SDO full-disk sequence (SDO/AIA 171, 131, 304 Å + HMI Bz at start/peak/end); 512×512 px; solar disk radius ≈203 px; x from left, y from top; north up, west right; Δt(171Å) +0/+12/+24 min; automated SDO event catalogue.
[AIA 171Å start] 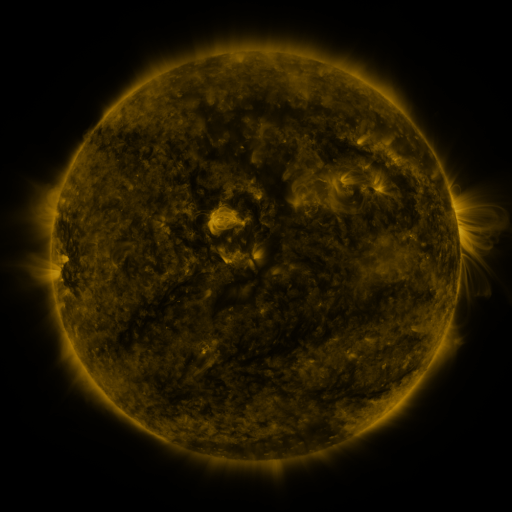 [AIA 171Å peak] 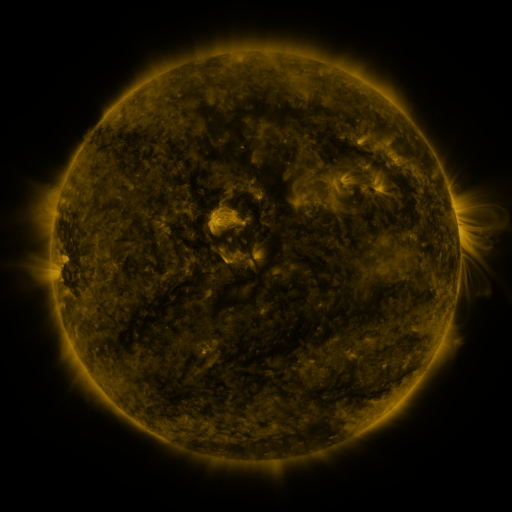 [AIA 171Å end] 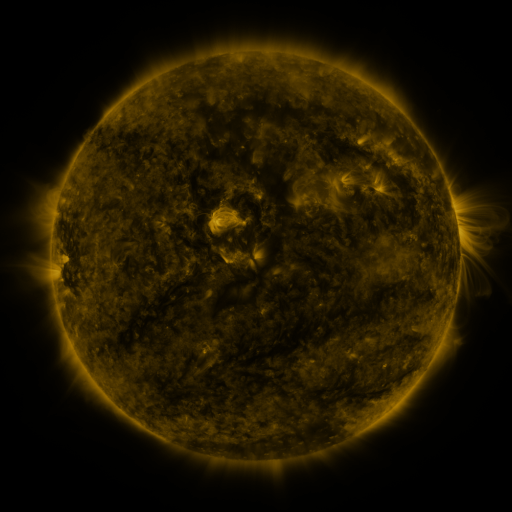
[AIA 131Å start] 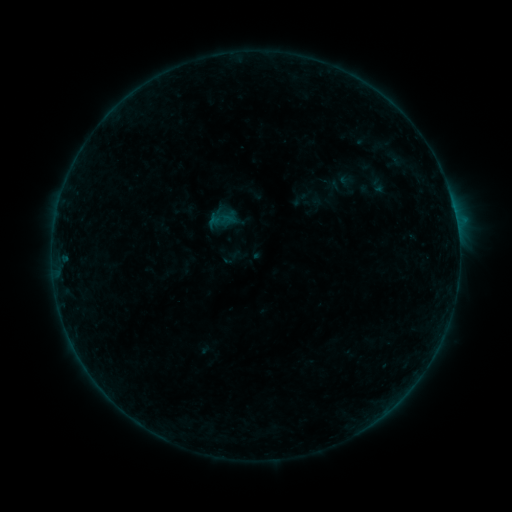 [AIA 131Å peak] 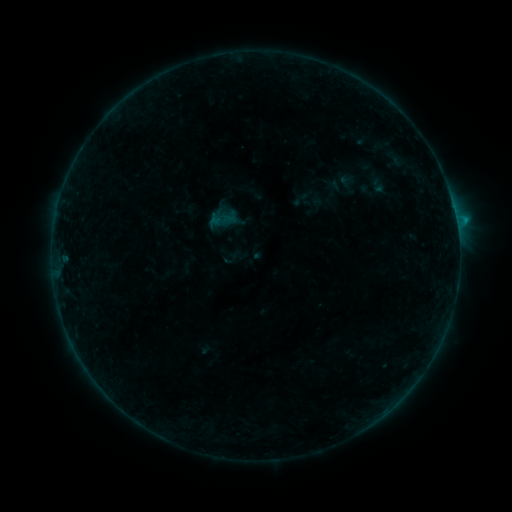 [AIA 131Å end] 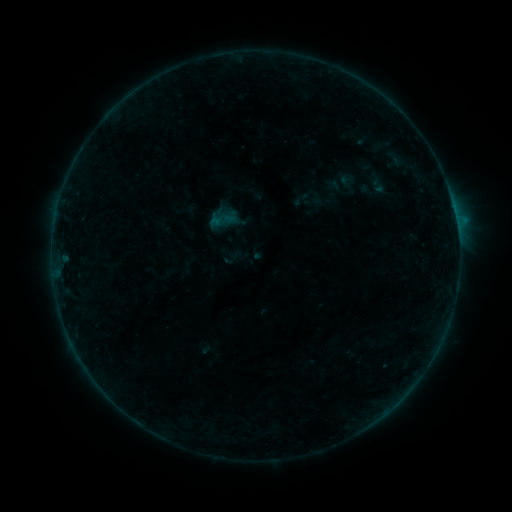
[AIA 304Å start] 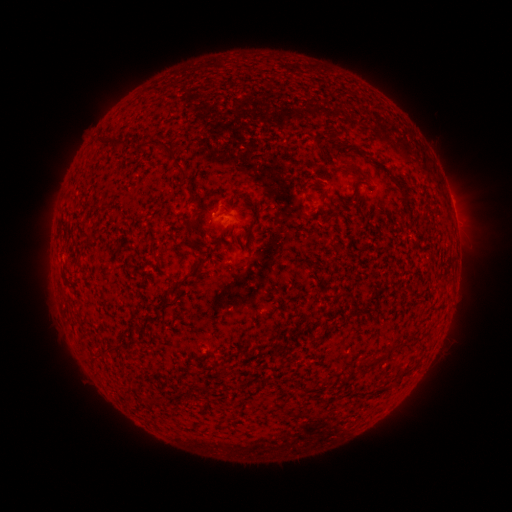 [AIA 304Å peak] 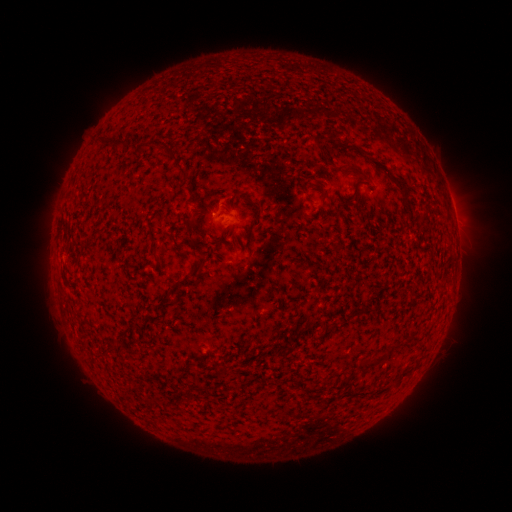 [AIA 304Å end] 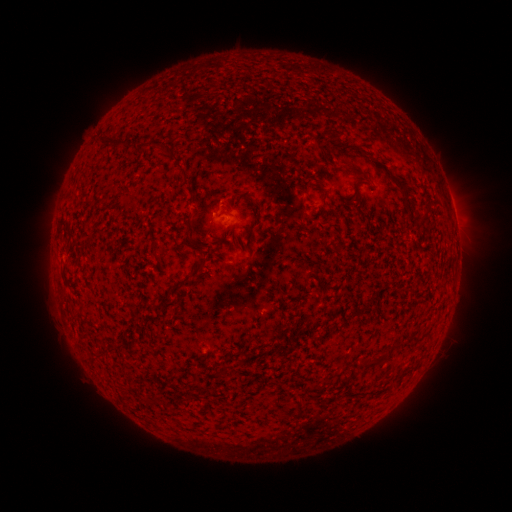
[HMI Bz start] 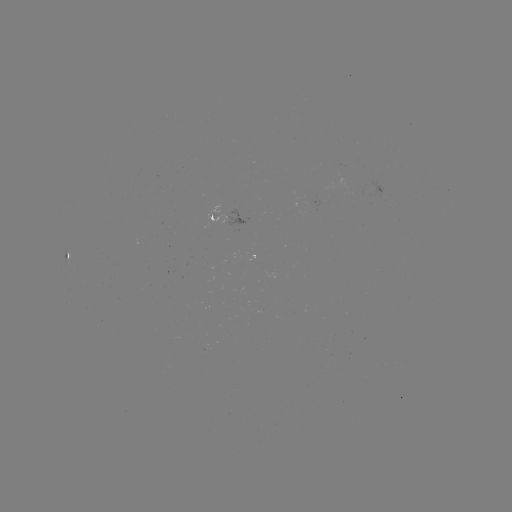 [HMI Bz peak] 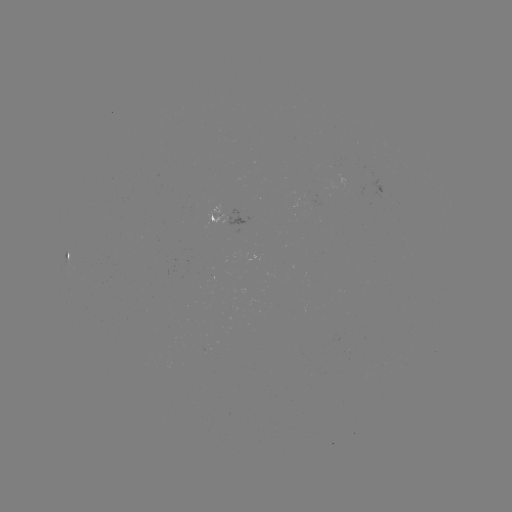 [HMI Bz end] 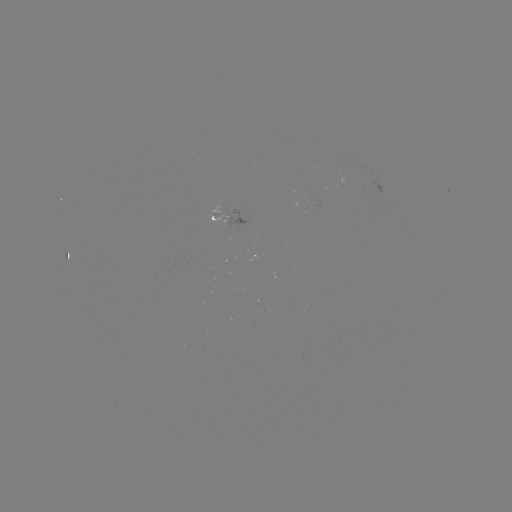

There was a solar flare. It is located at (457, 227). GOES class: B4.7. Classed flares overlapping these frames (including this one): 1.